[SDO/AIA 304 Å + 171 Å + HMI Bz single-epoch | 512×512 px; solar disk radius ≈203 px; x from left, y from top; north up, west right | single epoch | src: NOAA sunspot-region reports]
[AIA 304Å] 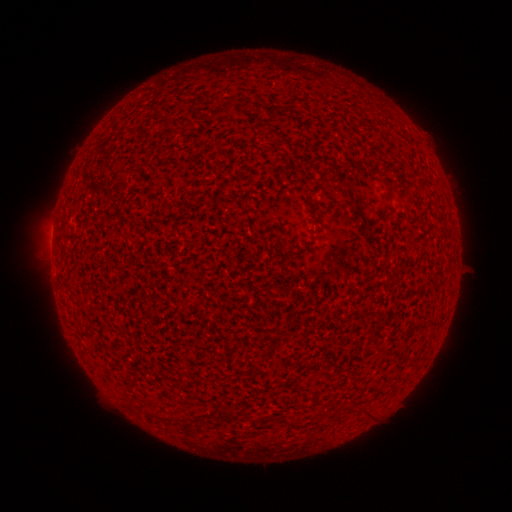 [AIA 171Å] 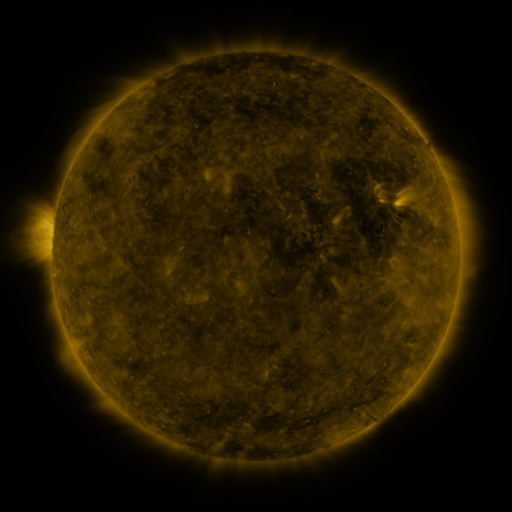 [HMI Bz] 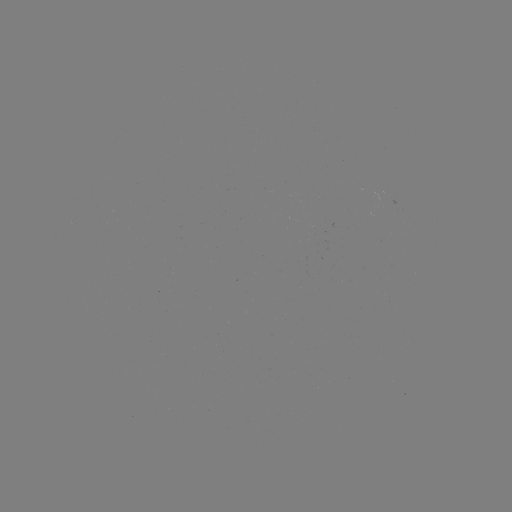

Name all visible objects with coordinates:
(none)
